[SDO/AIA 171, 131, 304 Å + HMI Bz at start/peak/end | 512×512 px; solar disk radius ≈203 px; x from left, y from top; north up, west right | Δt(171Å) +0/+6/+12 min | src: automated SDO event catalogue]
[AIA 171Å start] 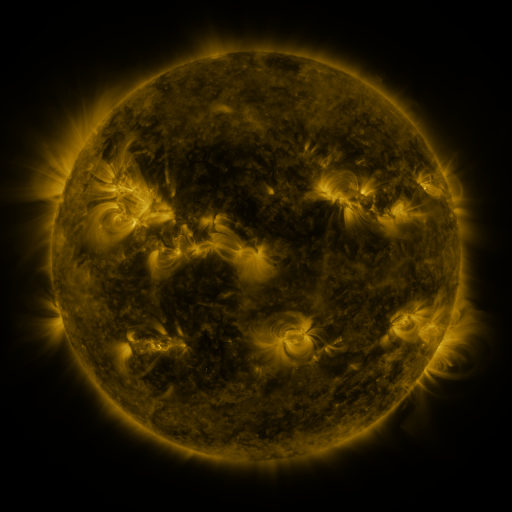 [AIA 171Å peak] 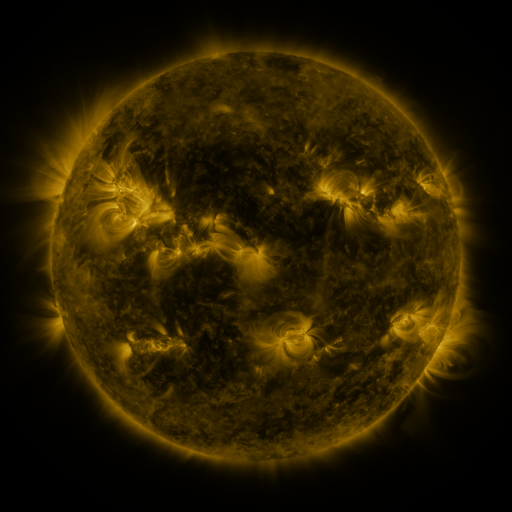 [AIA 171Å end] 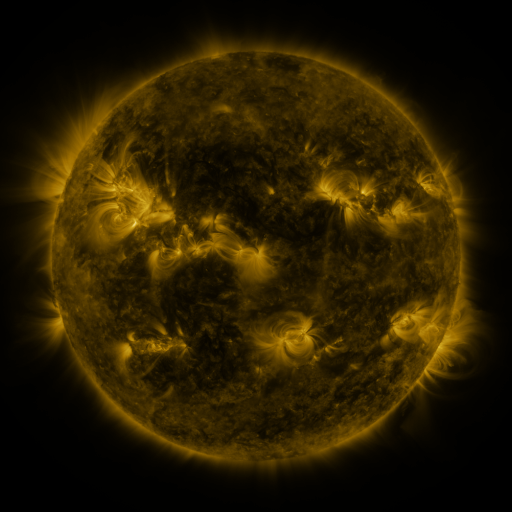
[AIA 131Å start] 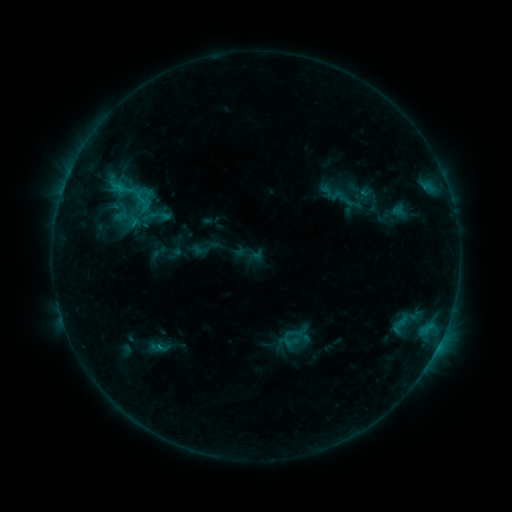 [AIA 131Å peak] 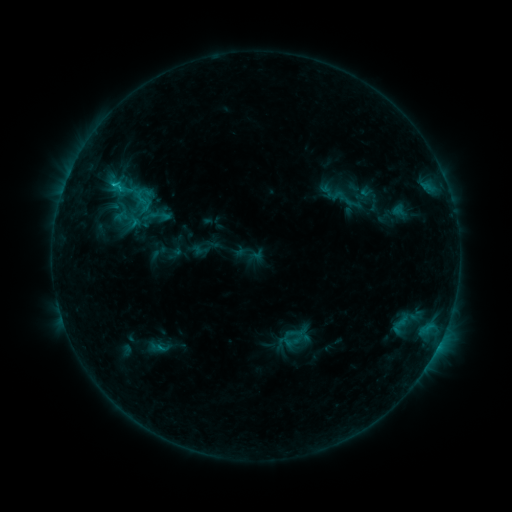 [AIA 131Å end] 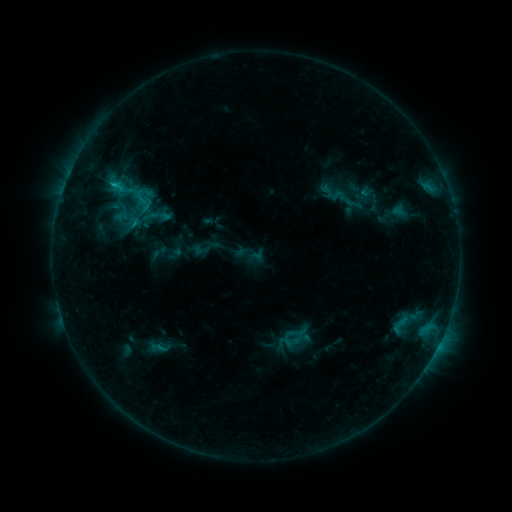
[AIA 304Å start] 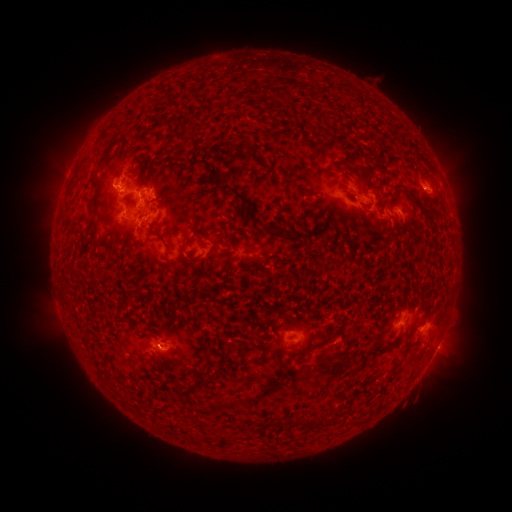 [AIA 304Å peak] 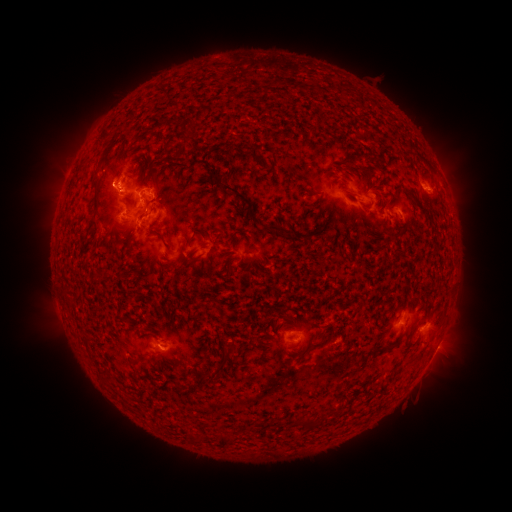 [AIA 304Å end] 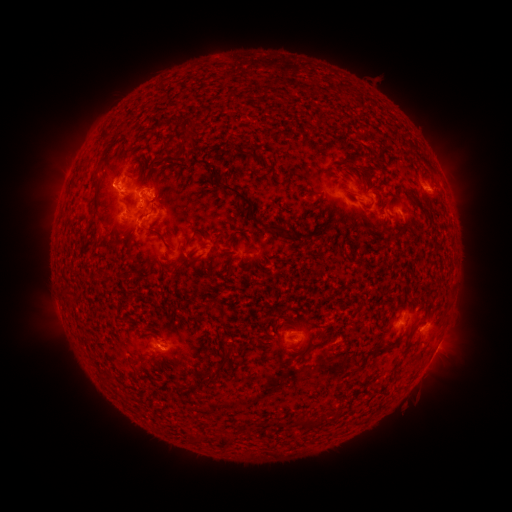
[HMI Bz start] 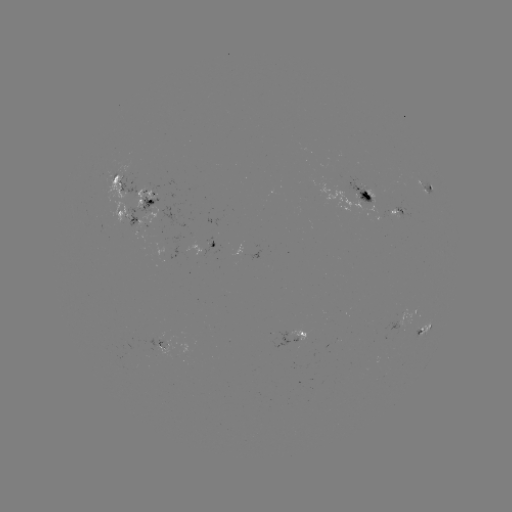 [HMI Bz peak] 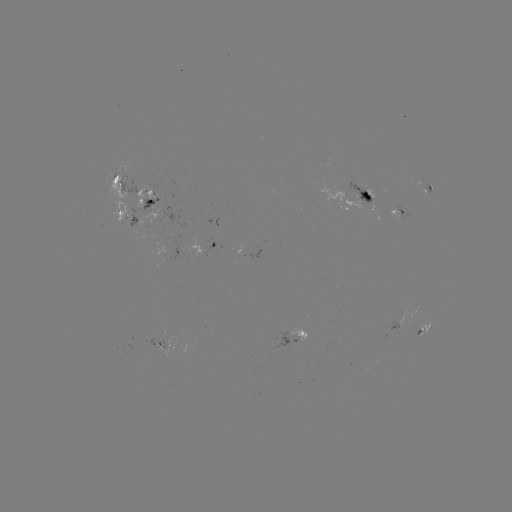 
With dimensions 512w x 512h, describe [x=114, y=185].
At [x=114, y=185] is C1.0 flare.